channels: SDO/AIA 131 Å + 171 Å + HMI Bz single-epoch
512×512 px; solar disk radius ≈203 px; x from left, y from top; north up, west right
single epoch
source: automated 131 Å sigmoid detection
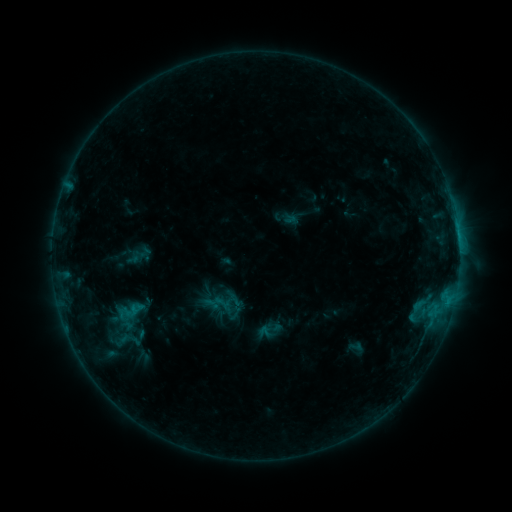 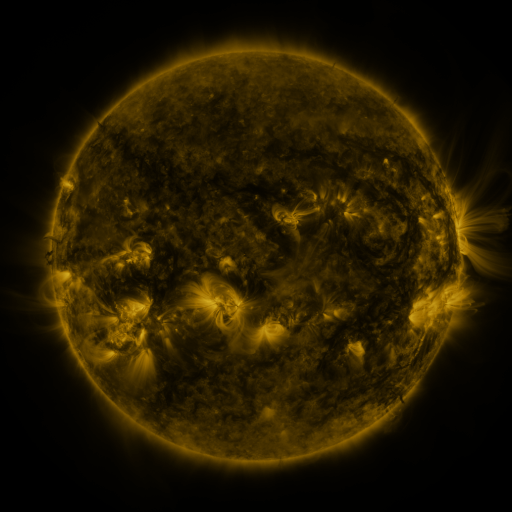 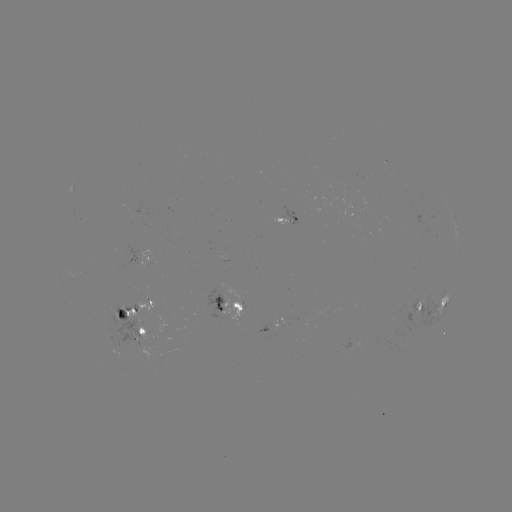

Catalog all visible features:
sigmoid: <bbox>103, 323, 149, 357</bbox>
sigmoid: <bbox>257, 324, 272, 339</bbox>
